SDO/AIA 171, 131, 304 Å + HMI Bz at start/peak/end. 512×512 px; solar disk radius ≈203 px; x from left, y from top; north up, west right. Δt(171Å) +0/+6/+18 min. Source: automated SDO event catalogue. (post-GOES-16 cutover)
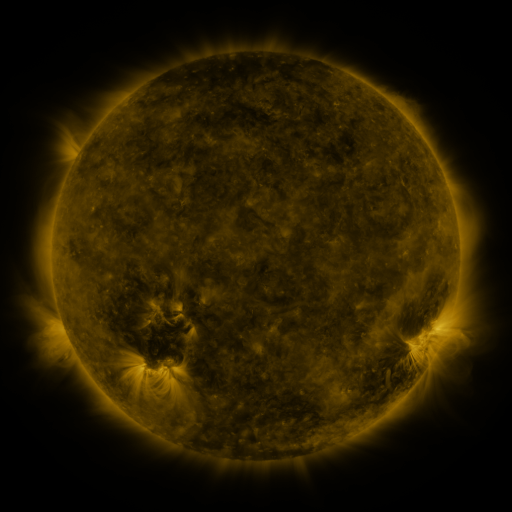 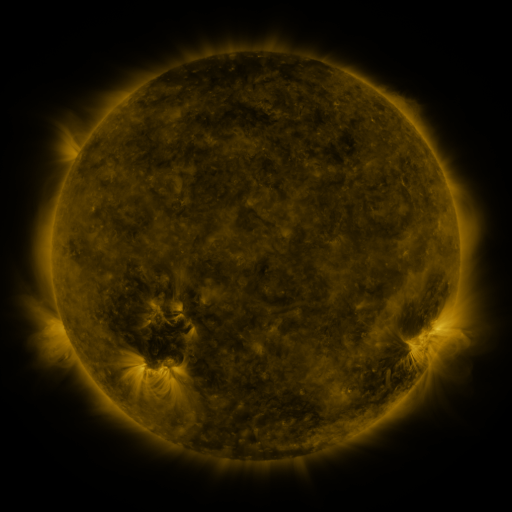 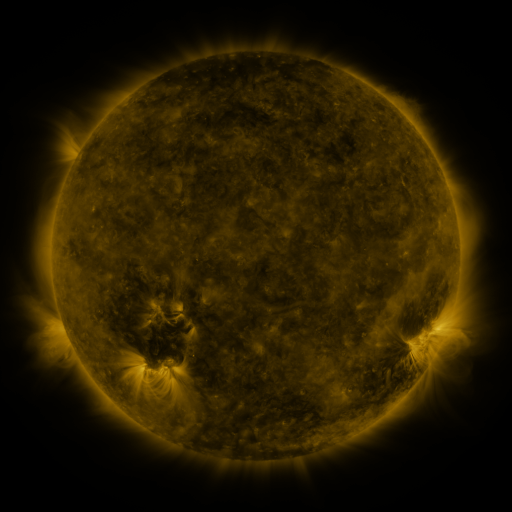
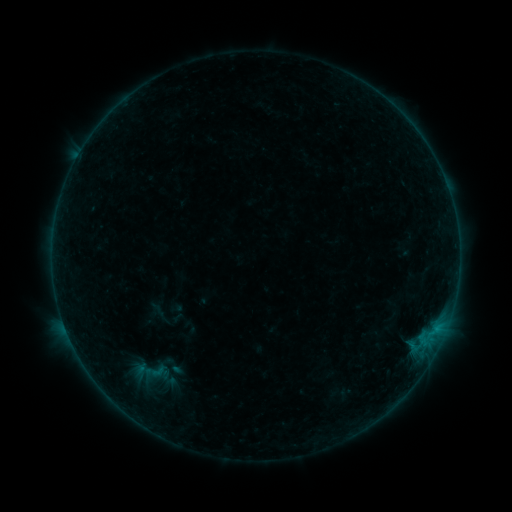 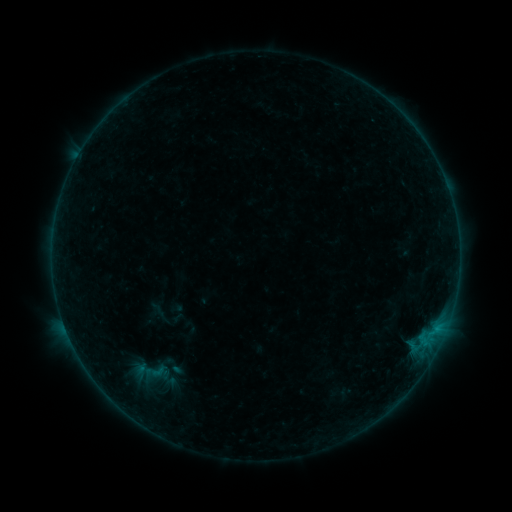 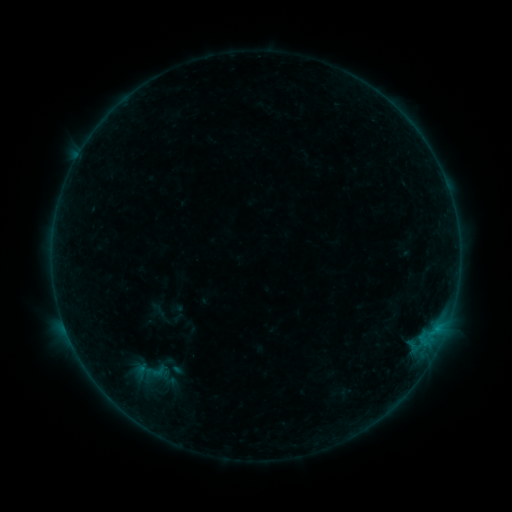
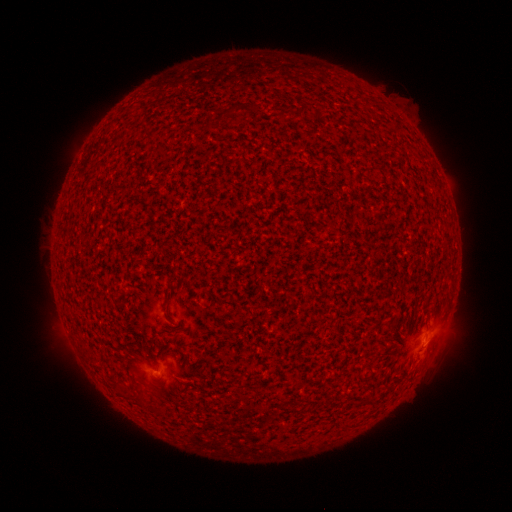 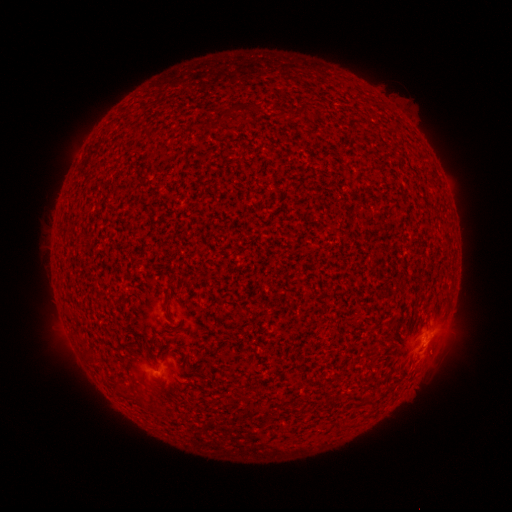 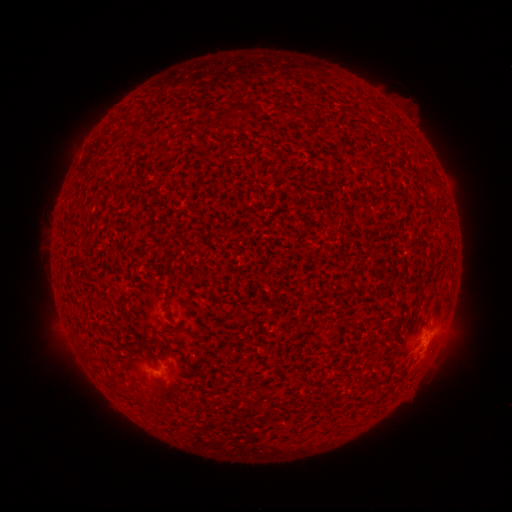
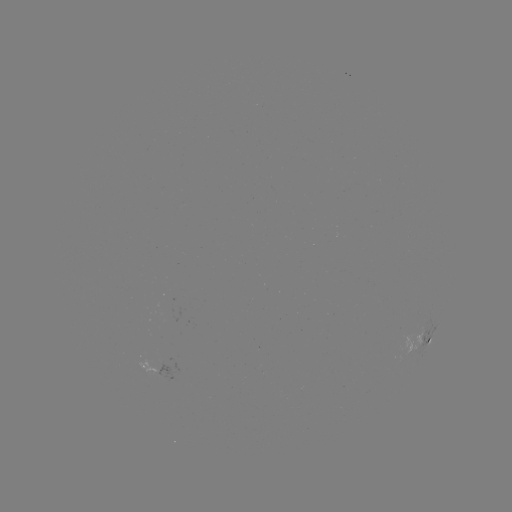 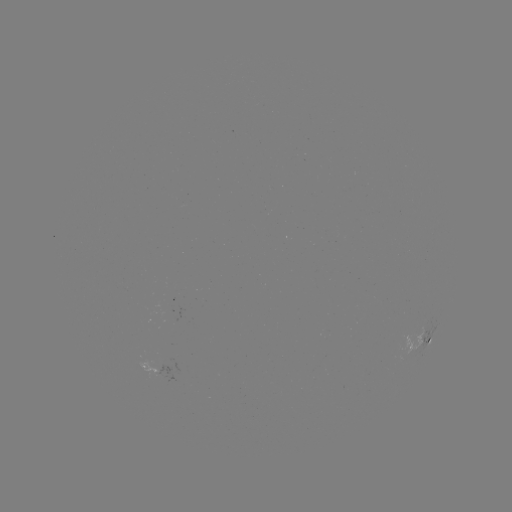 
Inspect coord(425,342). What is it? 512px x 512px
B1.8 flare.